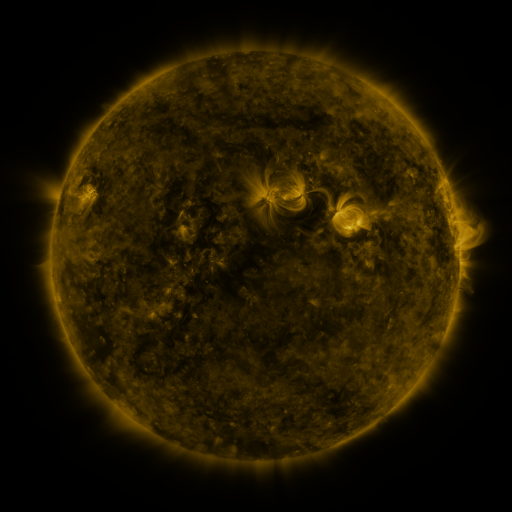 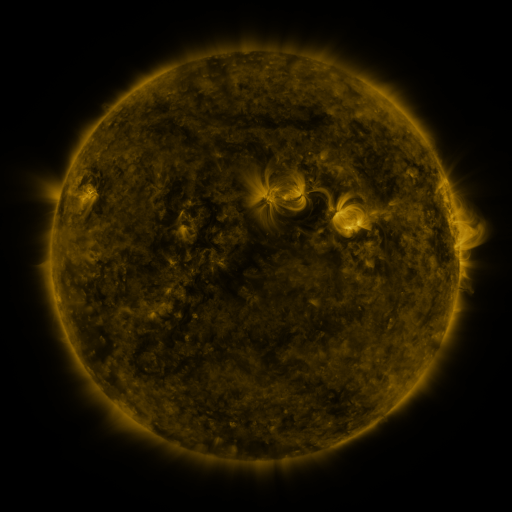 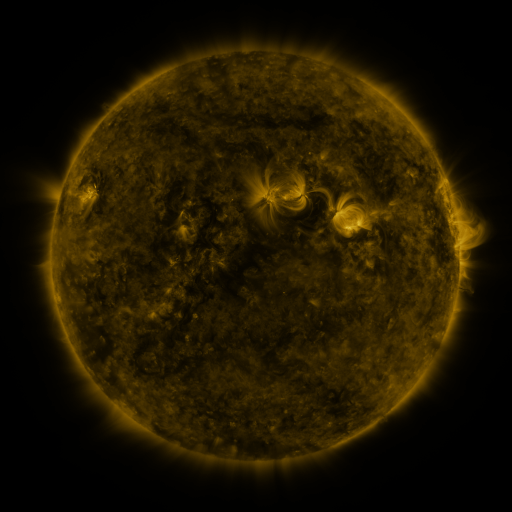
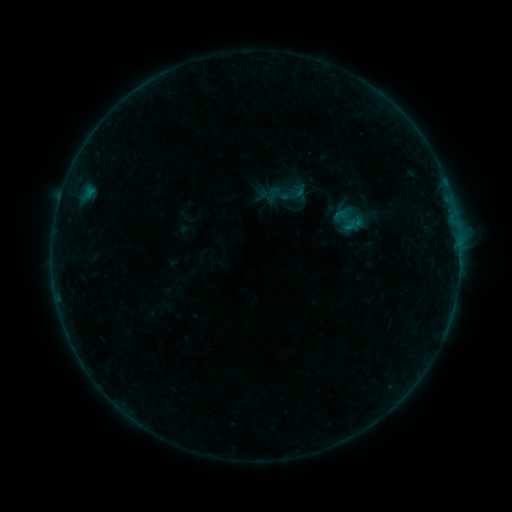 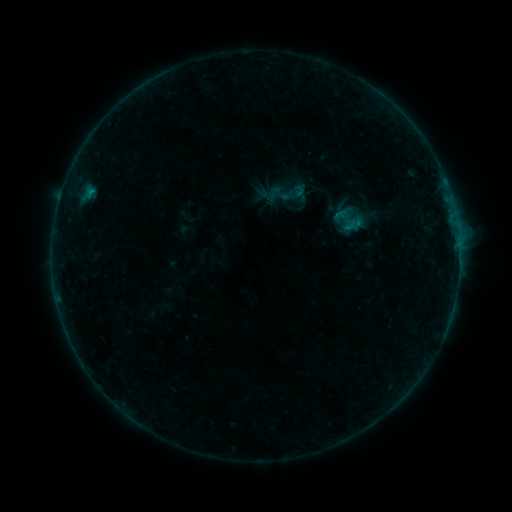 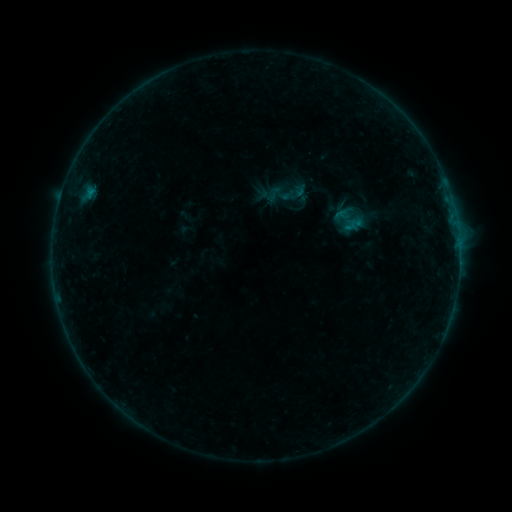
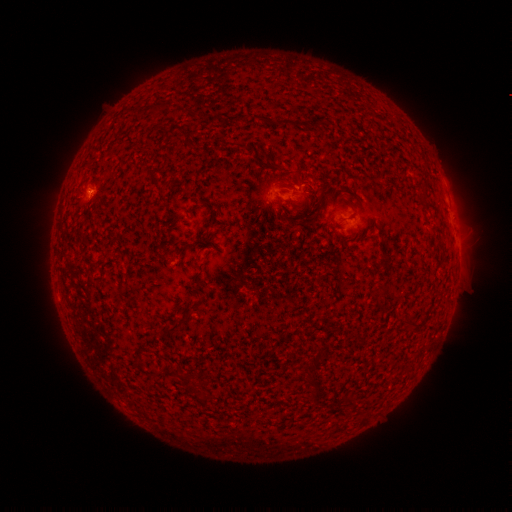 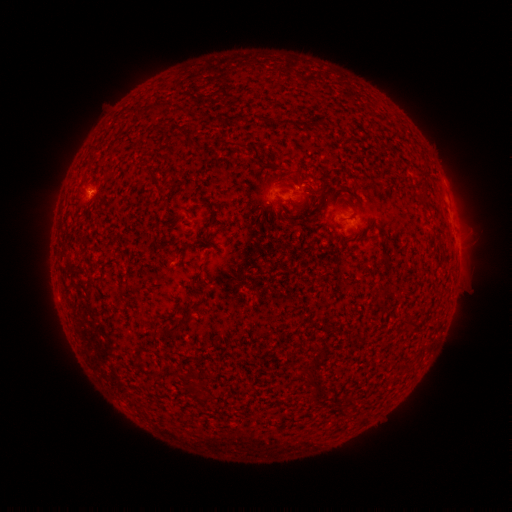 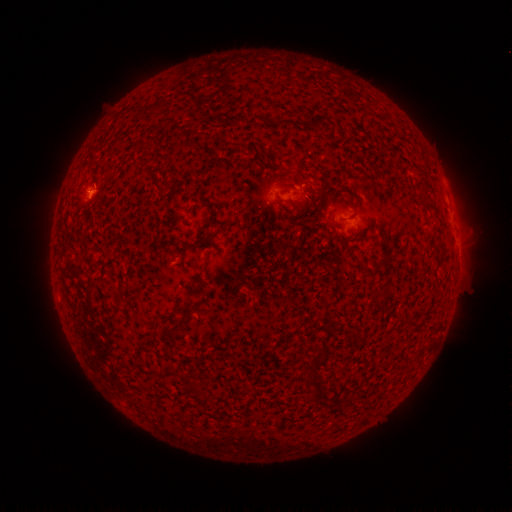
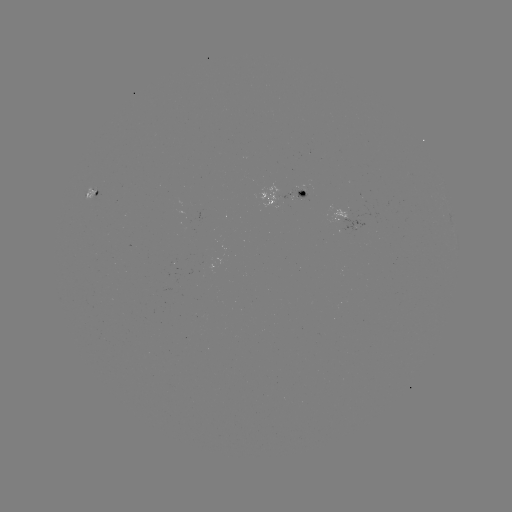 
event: flare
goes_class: B2.4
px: (92, 192)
